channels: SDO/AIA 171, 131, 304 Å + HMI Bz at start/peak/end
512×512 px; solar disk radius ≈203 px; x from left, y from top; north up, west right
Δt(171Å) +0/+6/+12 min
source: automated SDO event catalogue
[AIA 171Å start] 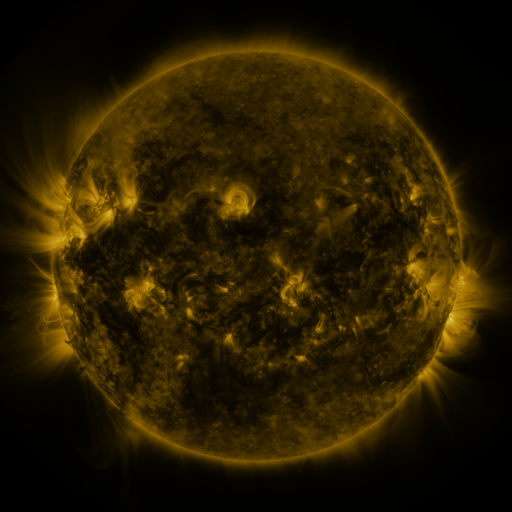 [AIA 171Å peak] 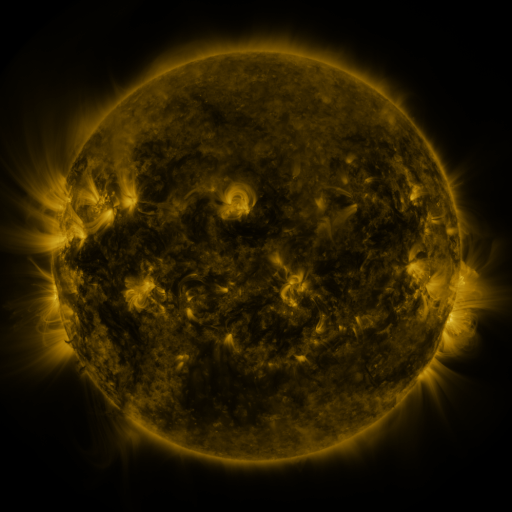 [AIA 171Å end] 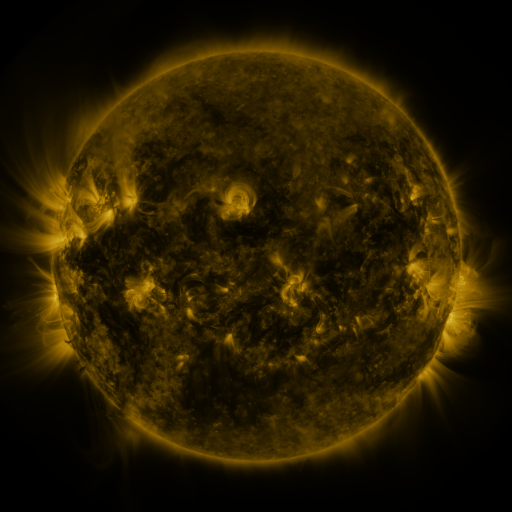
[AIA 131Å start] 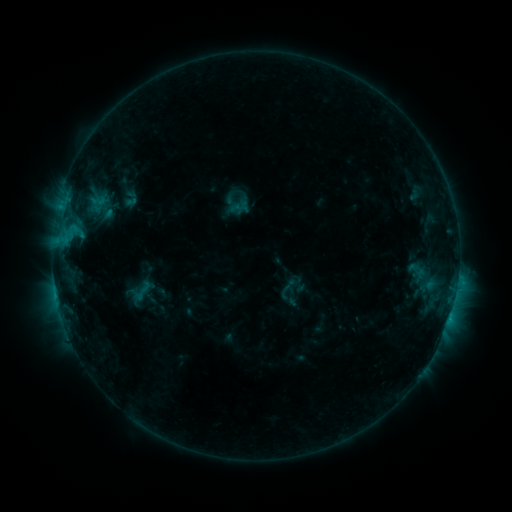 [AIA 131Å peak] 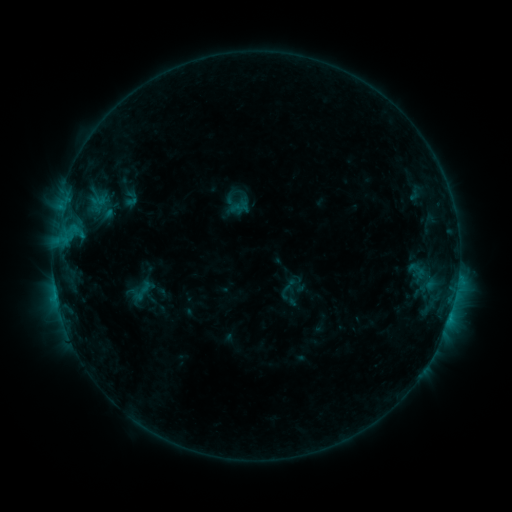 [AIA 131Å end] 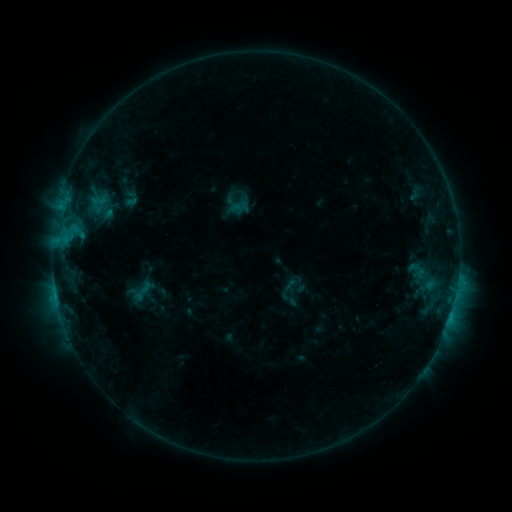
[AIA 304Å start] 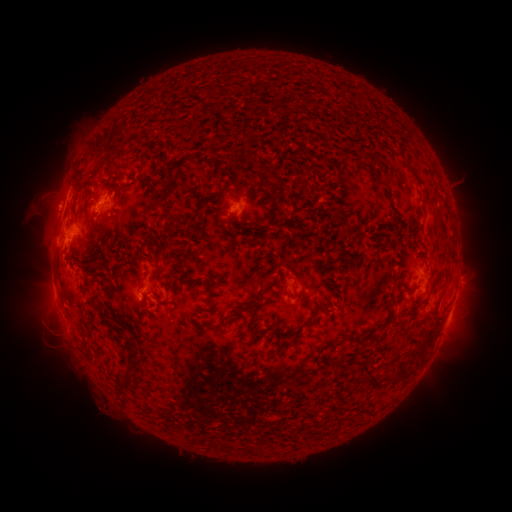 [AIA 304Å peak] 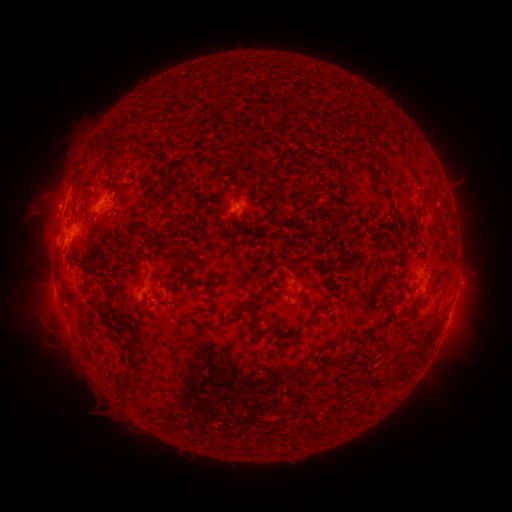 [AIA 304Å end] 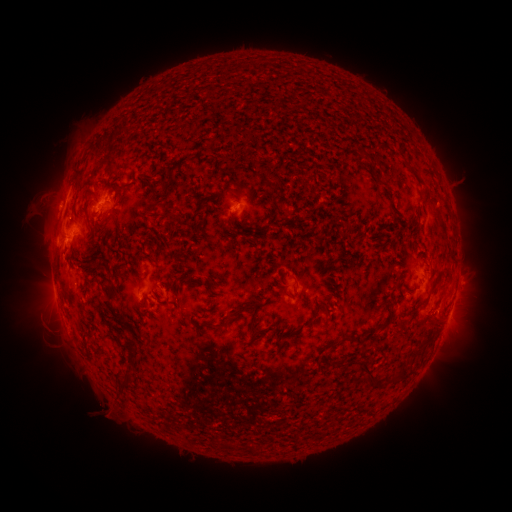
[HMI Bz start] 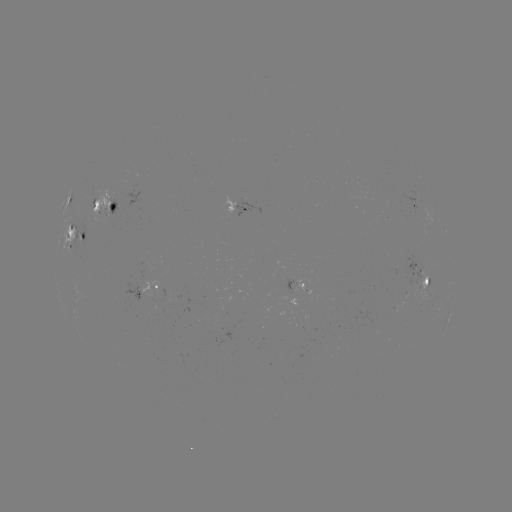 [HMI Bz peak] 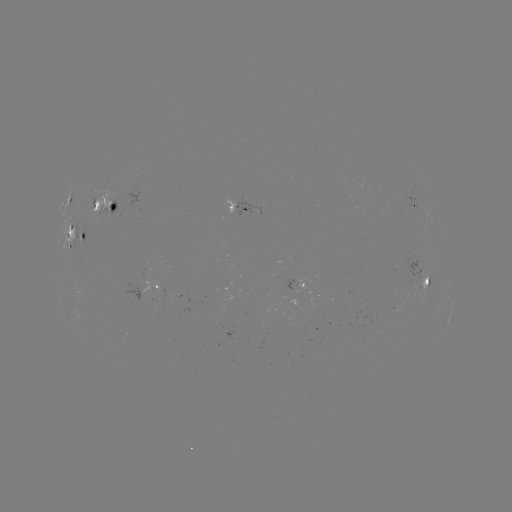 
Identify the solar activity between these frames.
eruption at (103, 407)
